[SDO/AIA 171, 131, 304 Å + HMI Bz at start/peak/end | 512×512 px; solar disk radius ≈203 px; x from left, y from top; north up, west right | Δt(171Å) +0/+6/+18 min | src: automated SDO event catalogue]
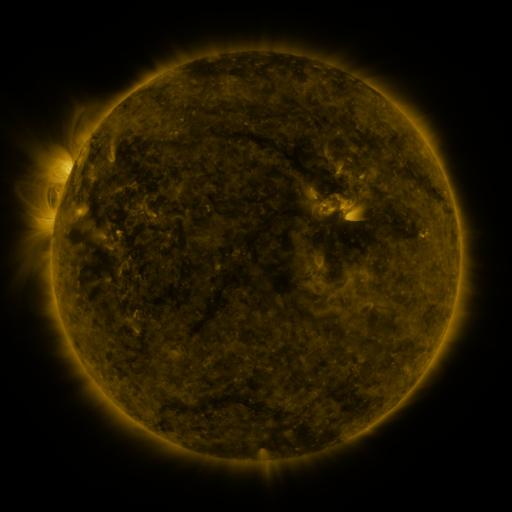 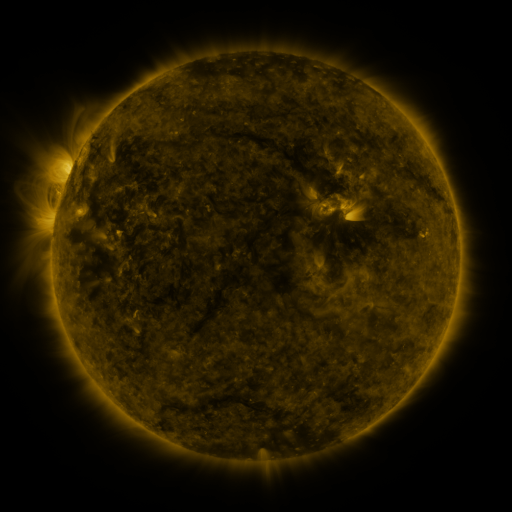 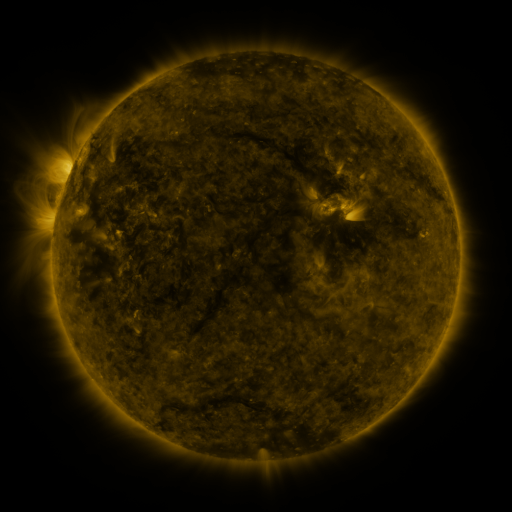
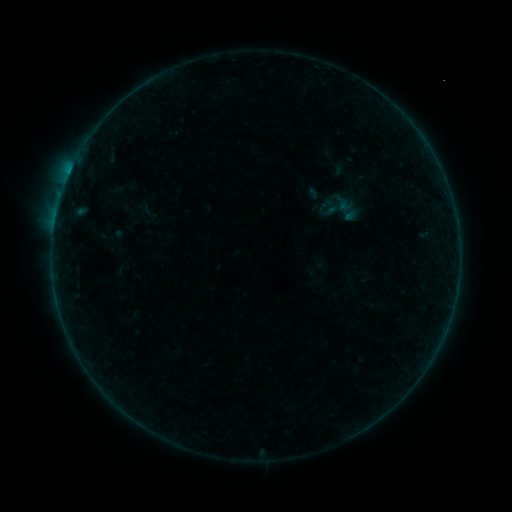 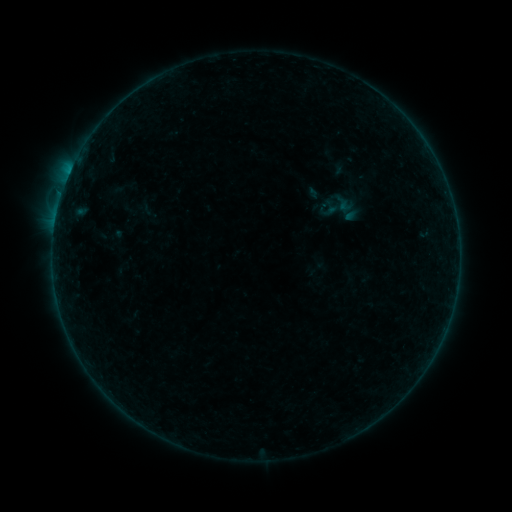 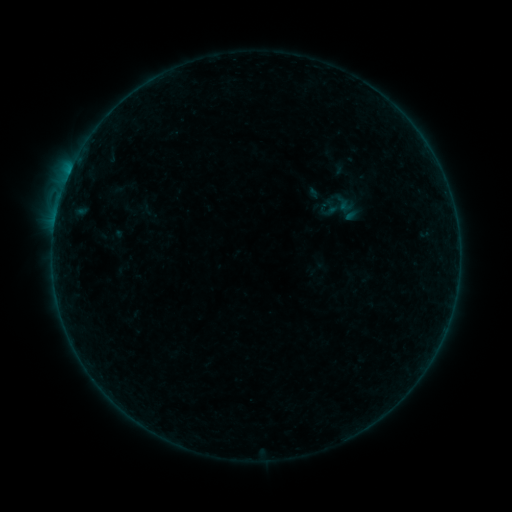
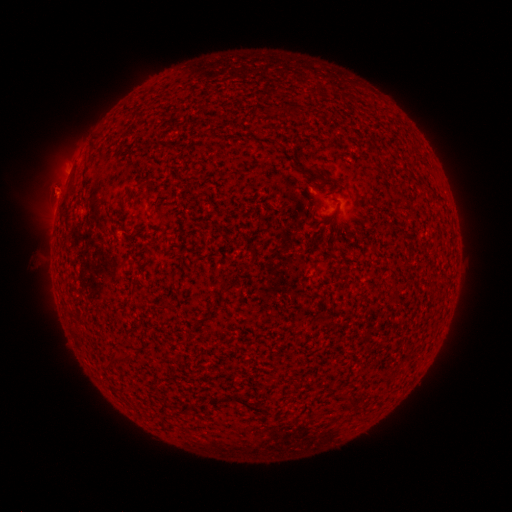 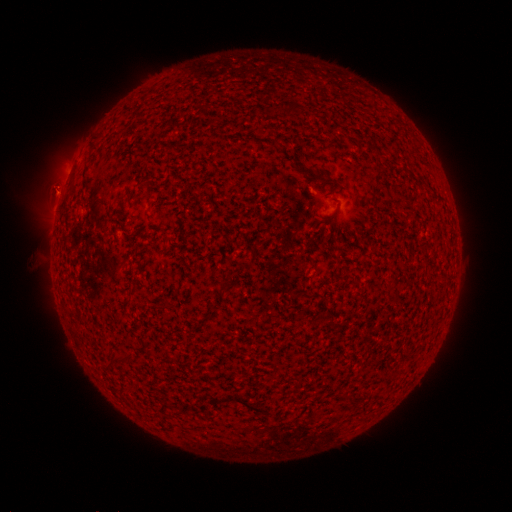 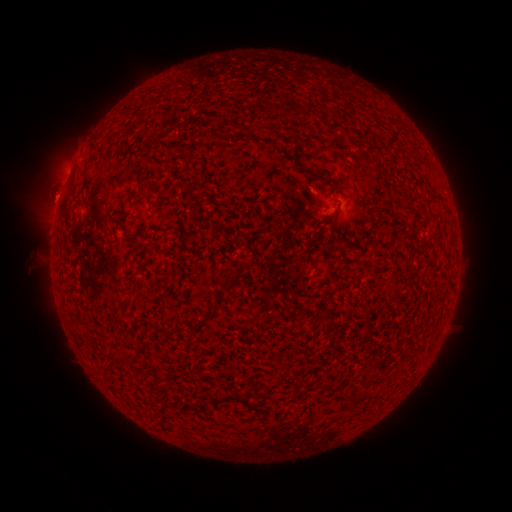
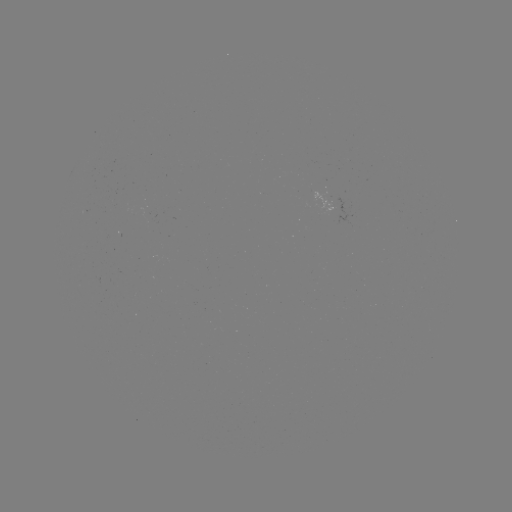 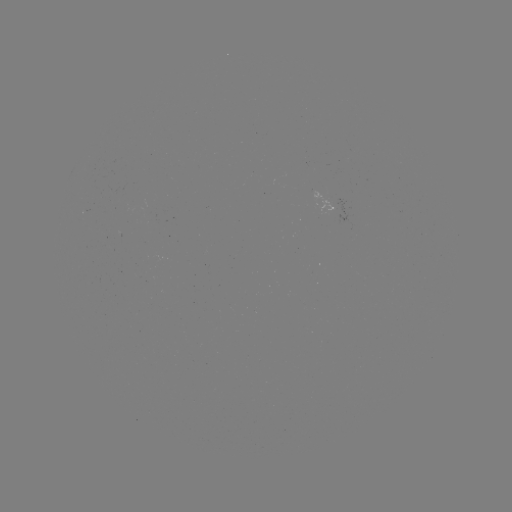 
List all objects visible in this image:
eruption: (56, 193)
